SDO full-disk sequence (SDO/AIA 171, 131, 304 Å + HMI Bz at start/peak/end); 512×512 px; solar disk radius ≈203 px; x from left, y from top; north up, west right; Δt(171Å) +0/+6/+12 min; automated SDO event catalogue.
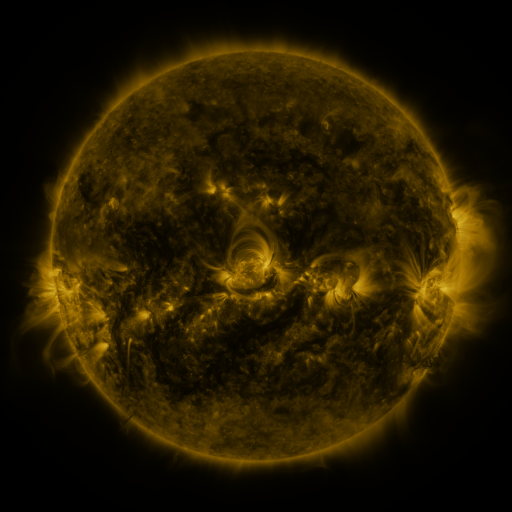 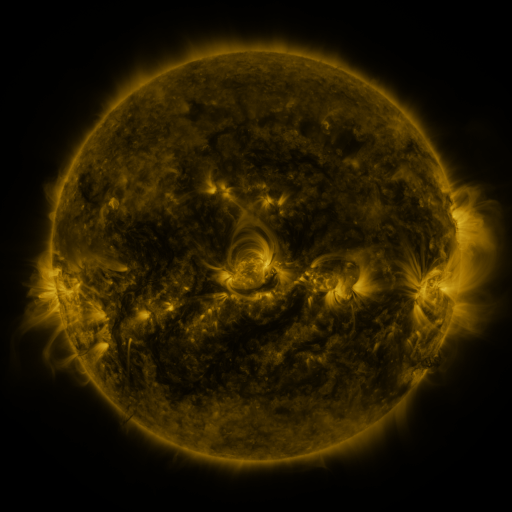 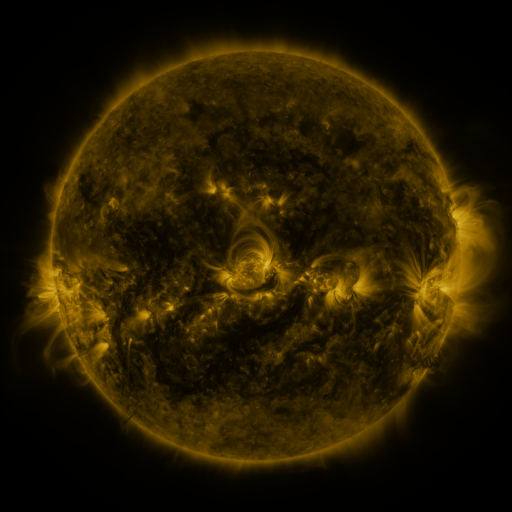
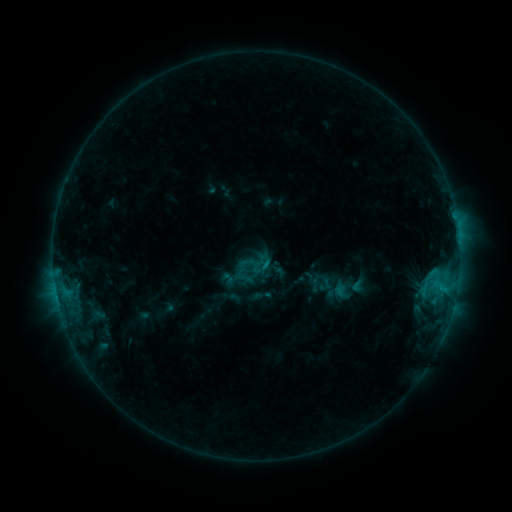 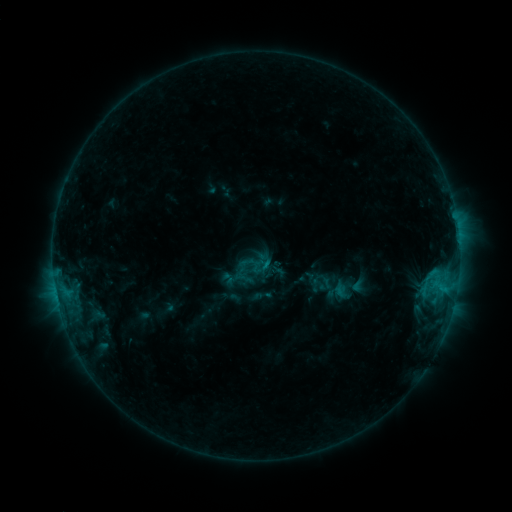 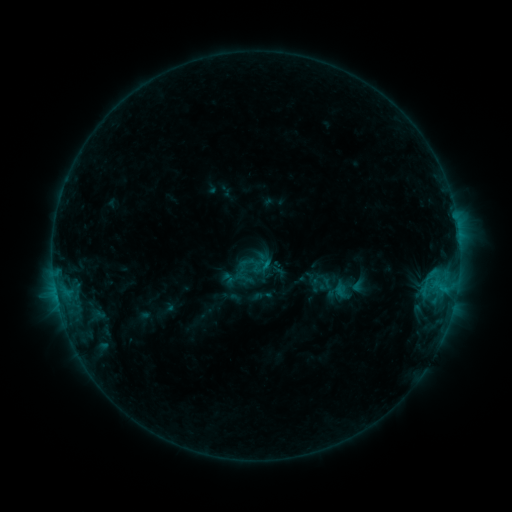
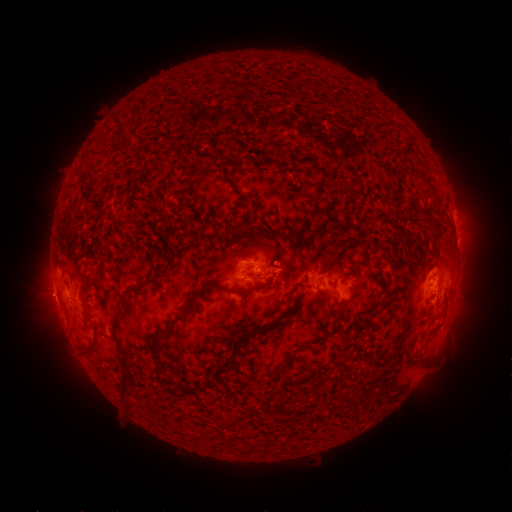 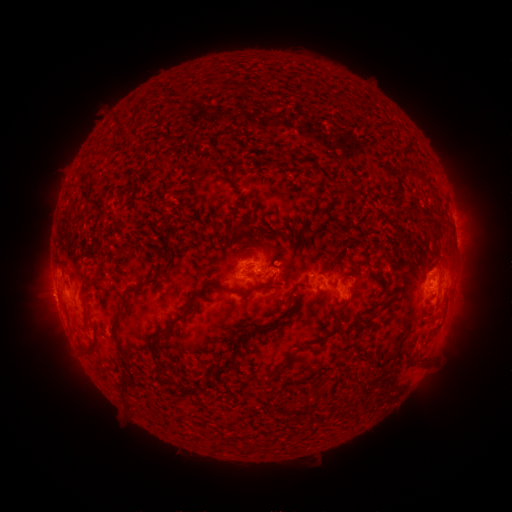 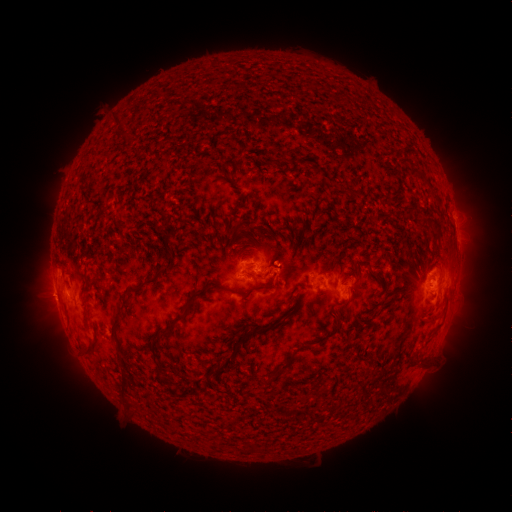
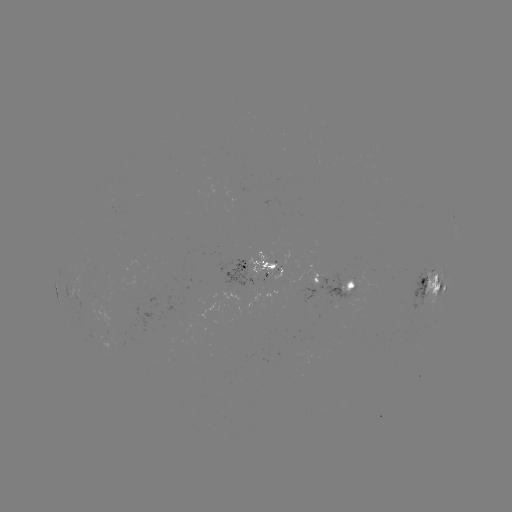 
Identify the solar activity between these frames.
no flare in any classed list; no EUV-trigger detection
